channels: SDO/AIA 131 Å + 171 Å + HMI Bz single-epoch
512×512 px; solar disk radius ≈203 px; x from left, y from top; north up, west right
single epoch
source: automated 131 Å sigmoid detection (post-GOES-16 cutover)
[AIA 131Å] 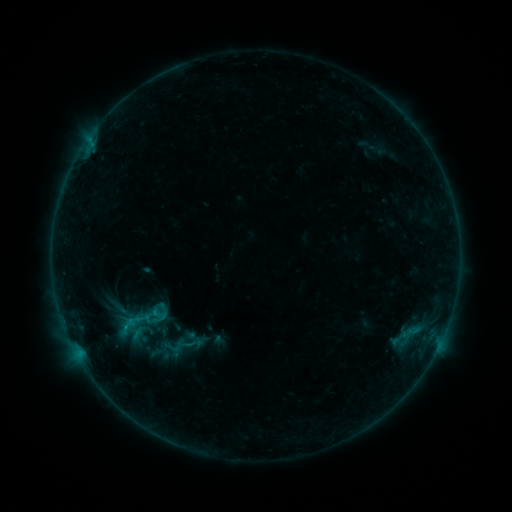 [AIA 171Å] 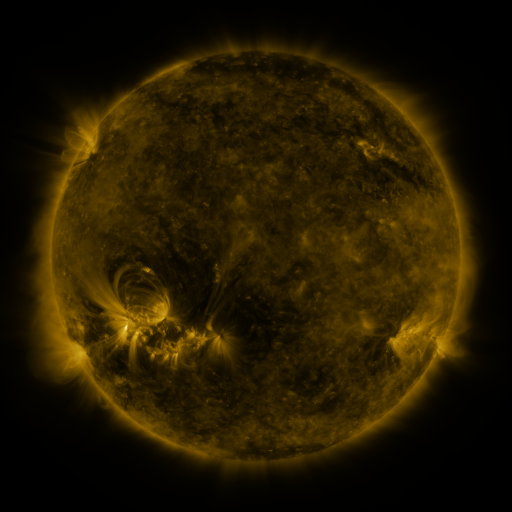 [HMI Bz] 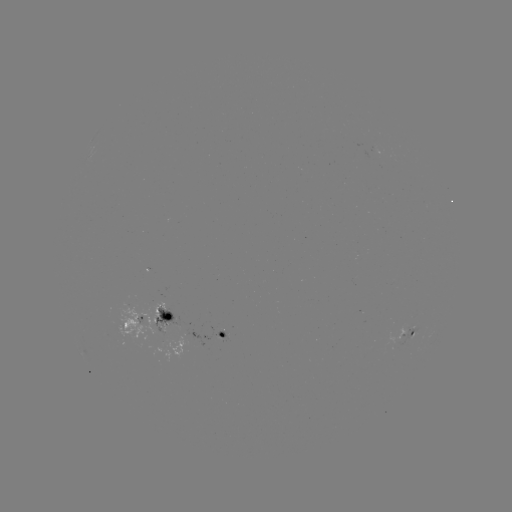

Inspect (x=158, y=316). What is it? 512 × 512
sigmoid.